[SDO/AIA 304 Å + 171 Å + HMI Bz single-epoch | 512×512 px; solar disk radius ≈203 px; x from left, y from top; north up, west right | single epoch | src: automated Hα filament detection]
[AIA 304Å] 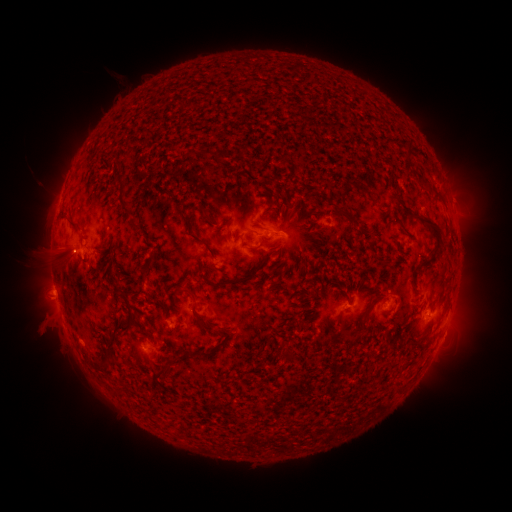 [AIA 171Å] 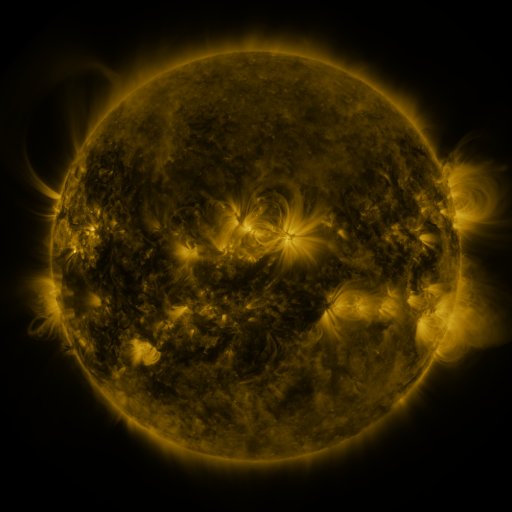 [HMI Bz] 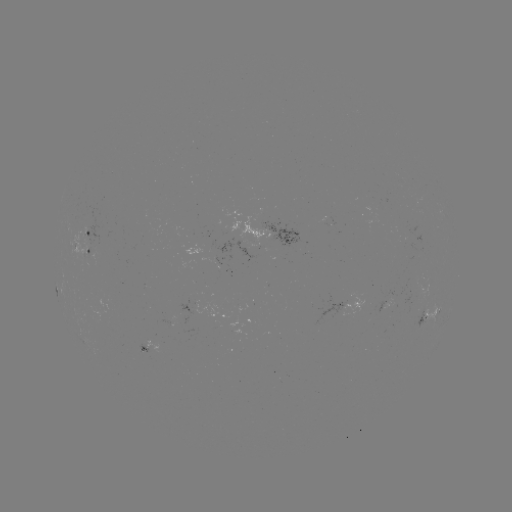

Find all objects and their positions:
filament: [398, 137, 422, 184]
filament: [236, 144, 248, 159]
filament: [198, 150, 225, 162]
filament: [277, 154, 288, 165]
filament: [113, 171, 132, 217]
filament: [350, 180, 368, 195]
filament: [198, 204, 212, 223]
filament: [337, 206, 359, 226]
filament: [178, 212, 217, 270]
filament: [414, 212, 442, 266]
filament: [68, 222, 80, 232]
filament: [260, 251, 268, 264]
filament: [148, 254, 158, 267]
filament: [232, 268, 255, 285]
filament: [211, 279, 229, 288]
filament: [171, 286, 191, 305]
filament: [104, 293, 140, 365]
filament: [196, 313, 216, 332]
filament: [344, 325, 362, 342]
filament: [201, 347, 214, 359]
filament: [153, 365, 174, 386]
filament: [395, 383, 403, 392]
